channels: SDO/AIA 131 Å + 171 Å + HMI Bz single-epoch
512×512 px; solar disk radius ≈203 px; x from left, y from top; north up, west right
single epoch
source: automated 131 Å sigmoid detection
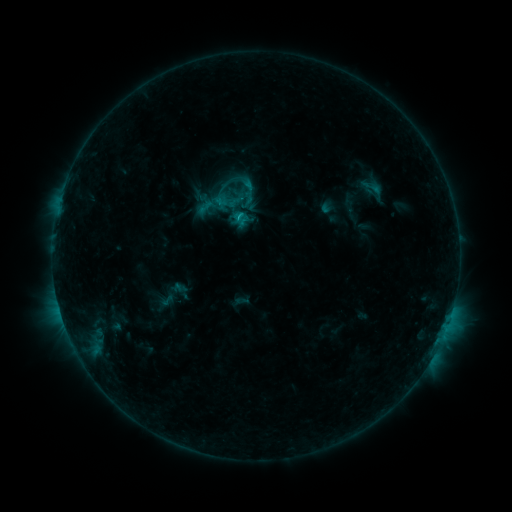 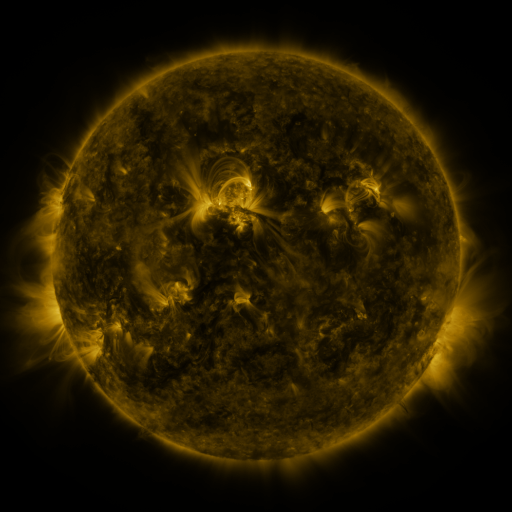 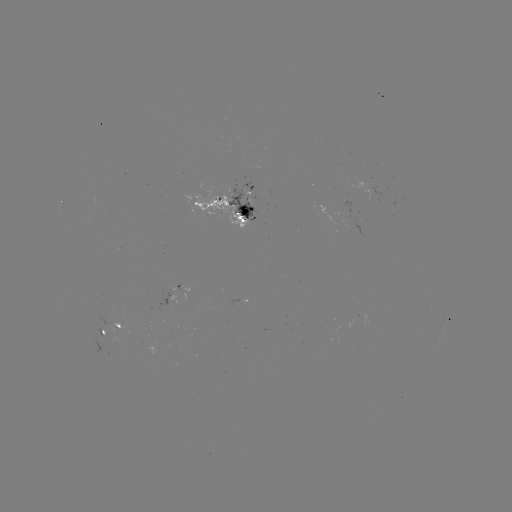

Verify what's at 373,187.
sigmoid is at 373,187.